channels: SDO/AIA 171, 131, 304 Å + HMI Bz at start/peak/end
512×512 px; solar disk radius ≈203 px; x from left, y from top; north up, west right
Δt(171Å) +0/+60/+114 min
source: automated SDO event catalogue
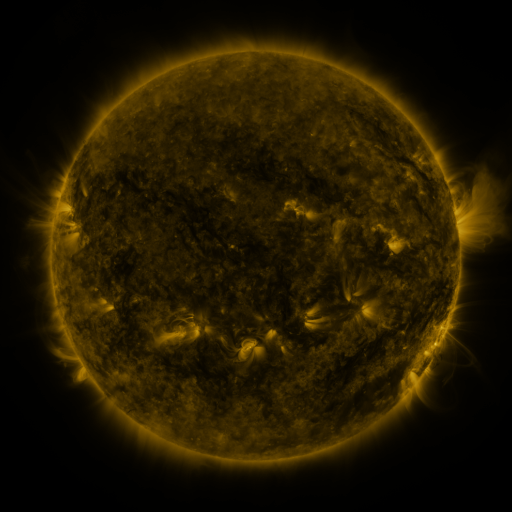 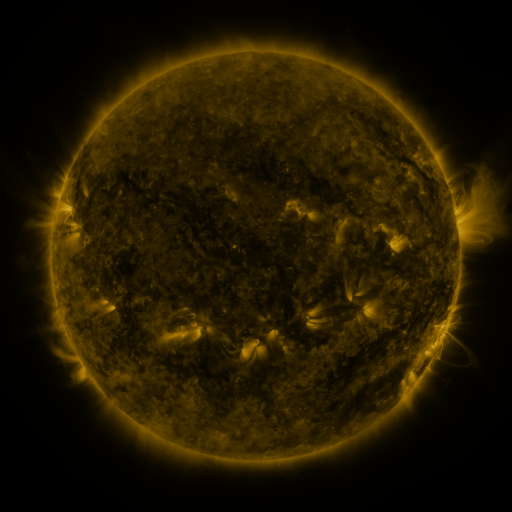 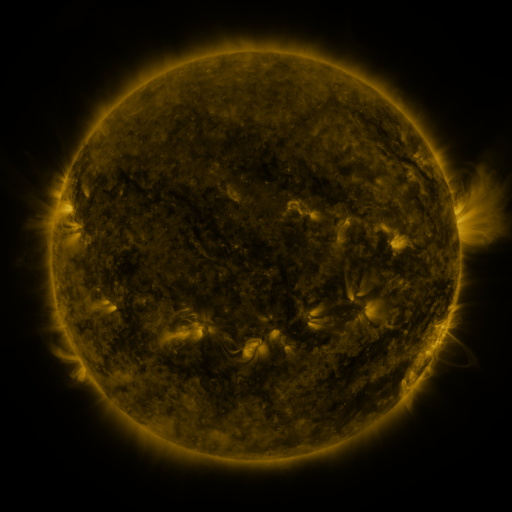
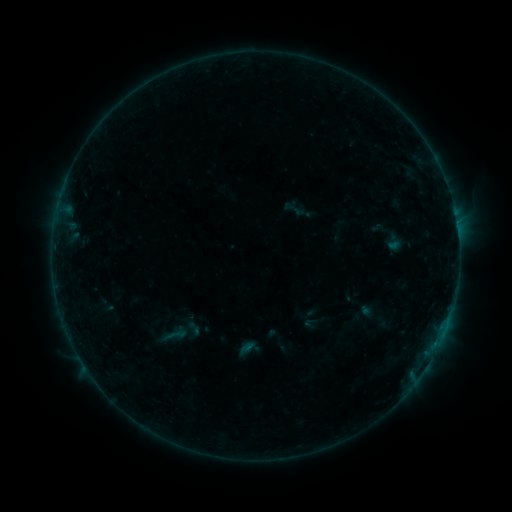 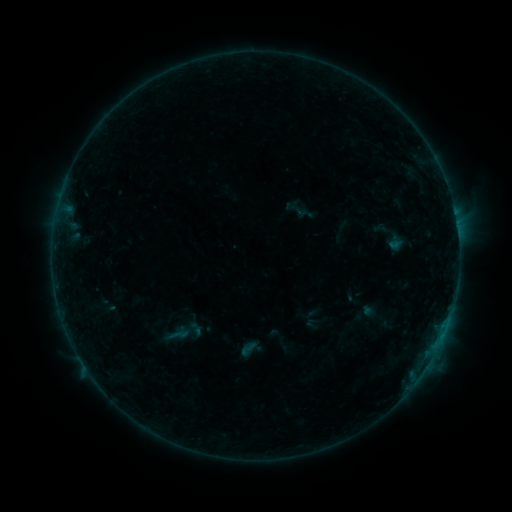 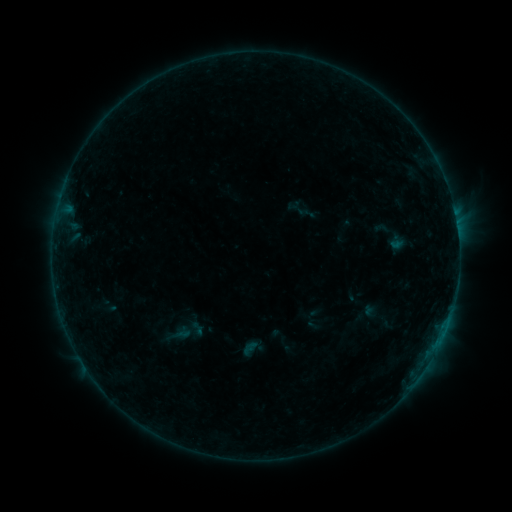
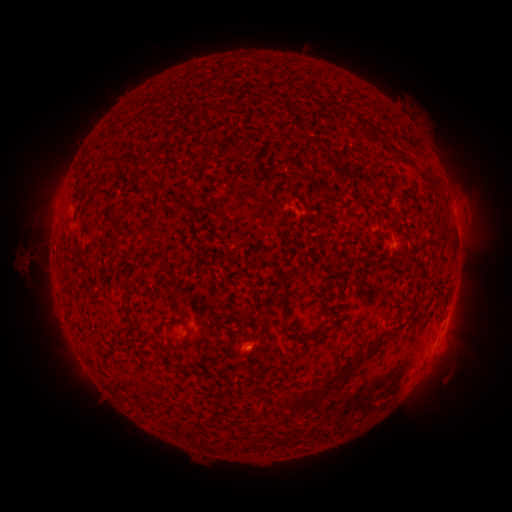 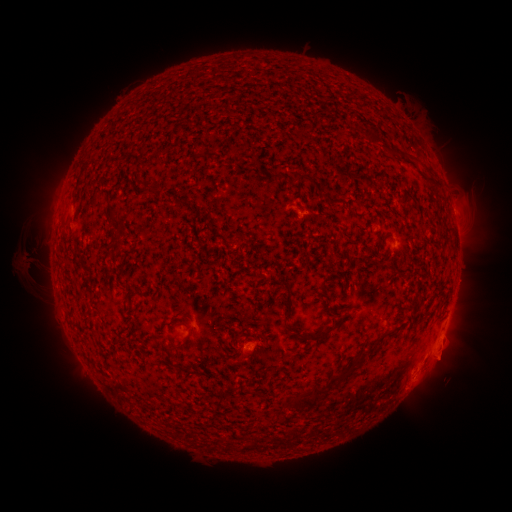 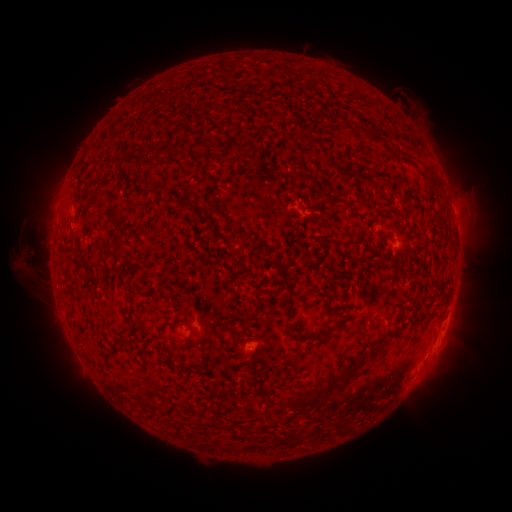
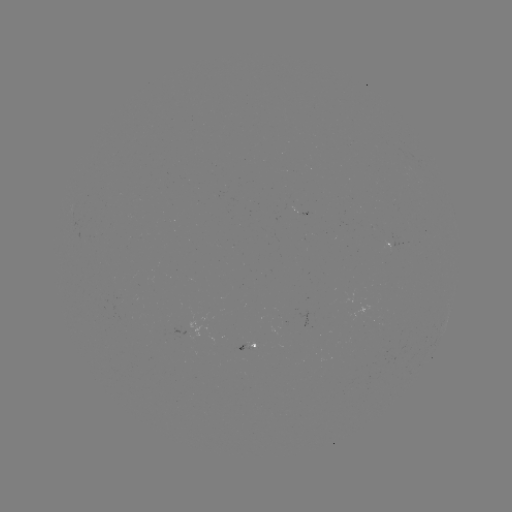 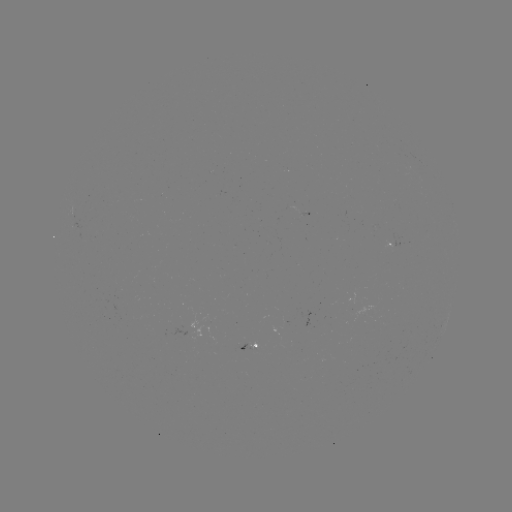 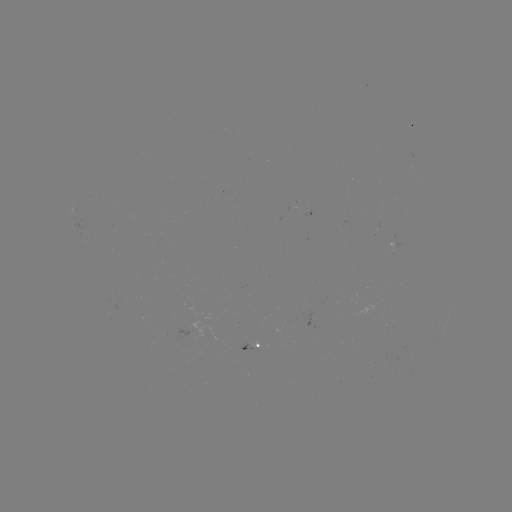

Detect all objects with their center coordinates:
B3.8 flare: (442, 336)
